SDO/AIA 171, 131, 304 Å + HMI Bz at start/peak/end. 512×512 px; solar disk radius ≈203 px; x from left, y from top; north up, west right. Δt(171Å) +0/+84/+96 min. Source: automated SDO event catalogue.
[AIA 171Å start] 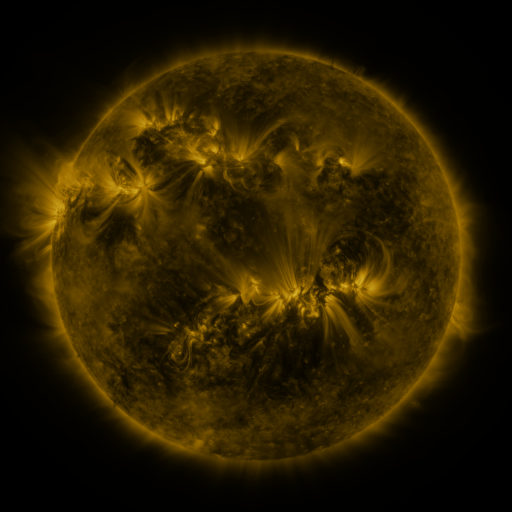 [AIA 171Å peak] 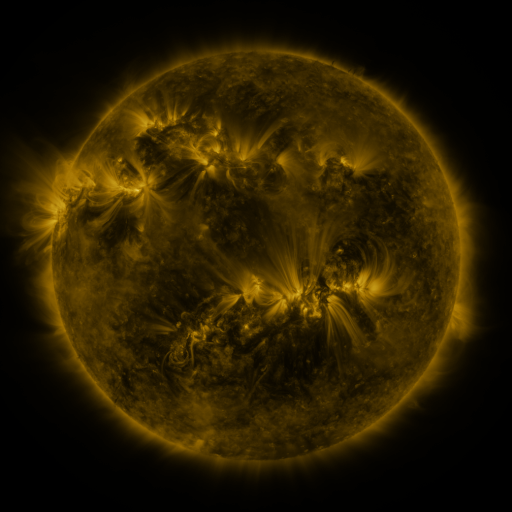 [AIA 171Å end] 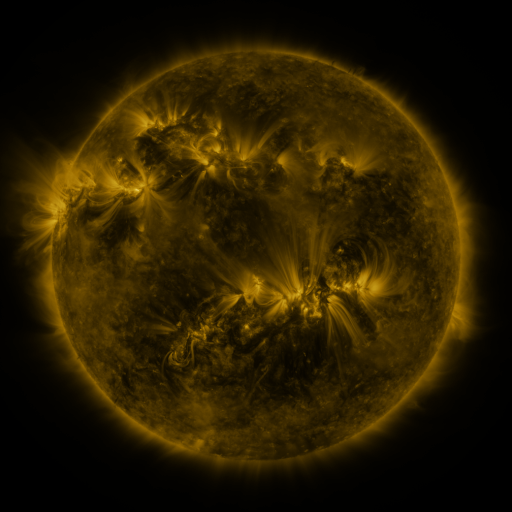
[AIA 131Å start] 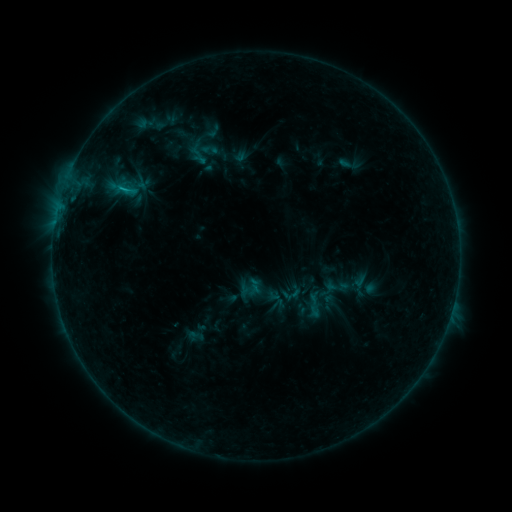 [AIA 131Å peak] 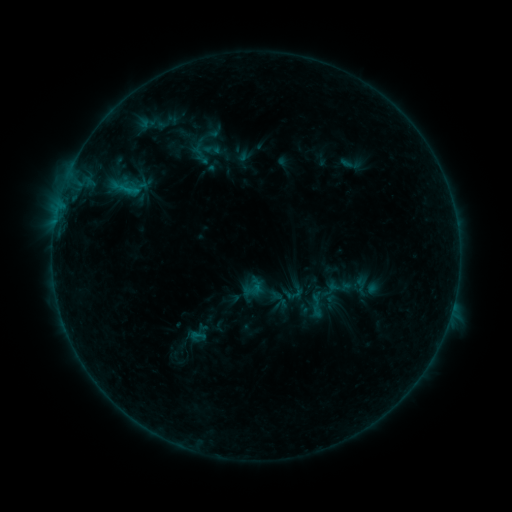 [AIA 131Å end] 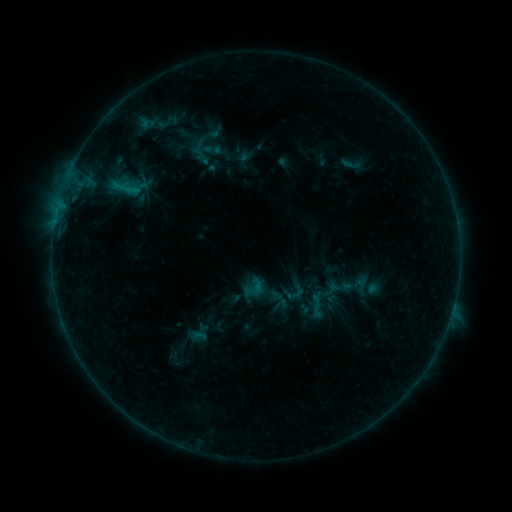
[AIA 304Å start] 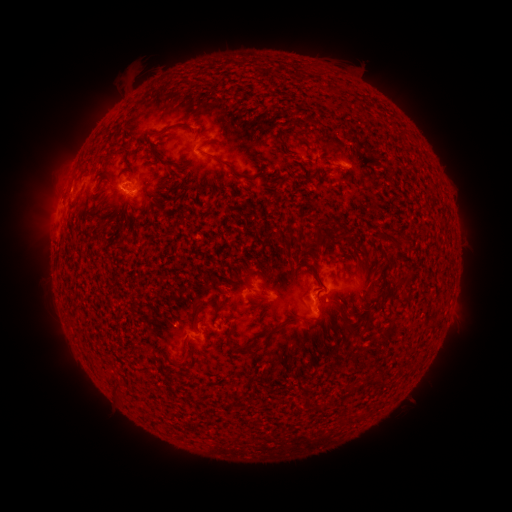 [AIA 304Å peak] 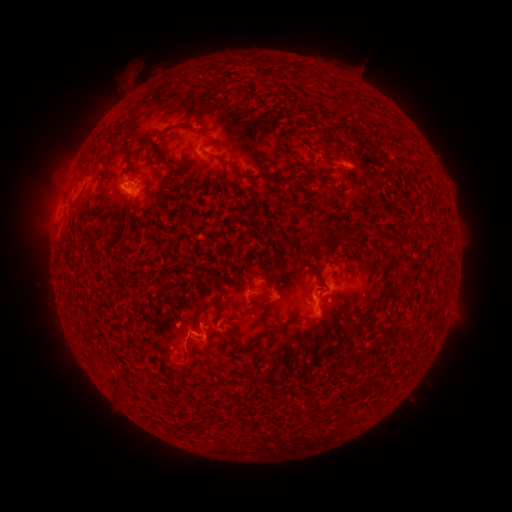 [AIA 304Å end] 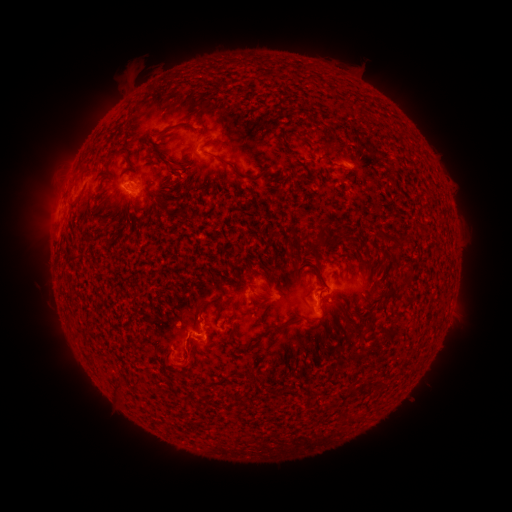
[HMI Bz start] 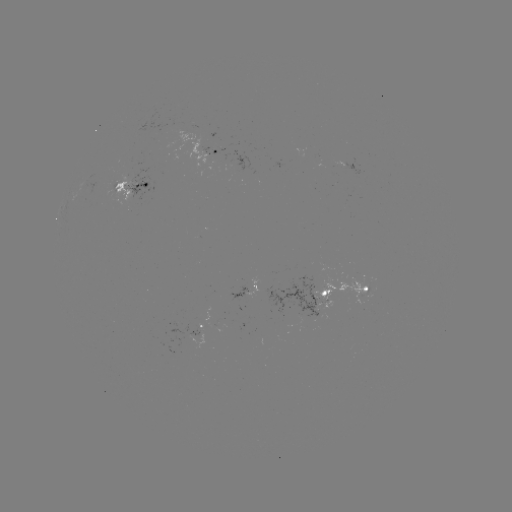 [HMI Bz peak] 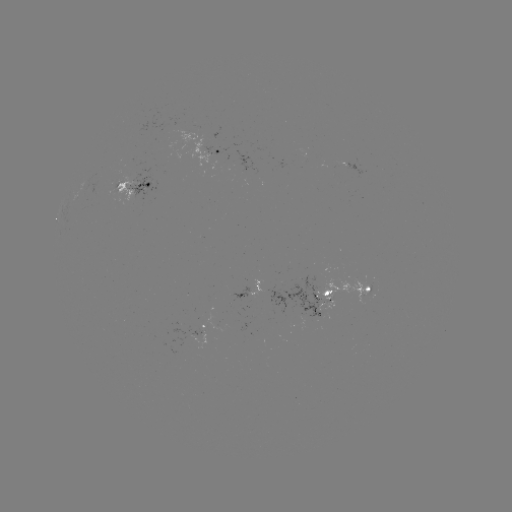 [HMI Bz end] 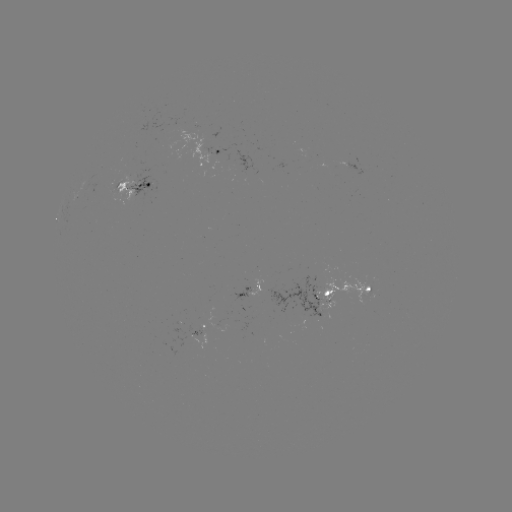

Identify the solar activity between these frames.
emerging-flux region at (310, 305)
